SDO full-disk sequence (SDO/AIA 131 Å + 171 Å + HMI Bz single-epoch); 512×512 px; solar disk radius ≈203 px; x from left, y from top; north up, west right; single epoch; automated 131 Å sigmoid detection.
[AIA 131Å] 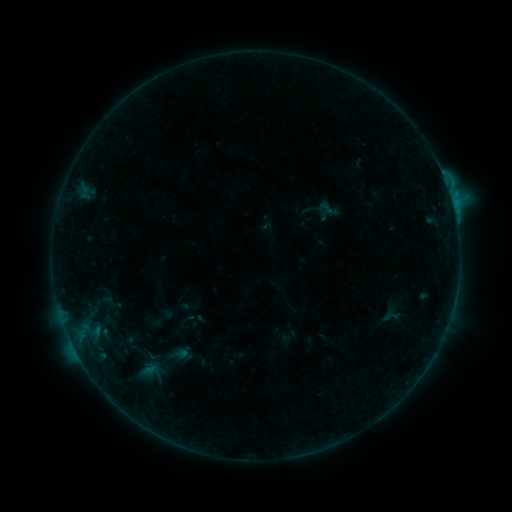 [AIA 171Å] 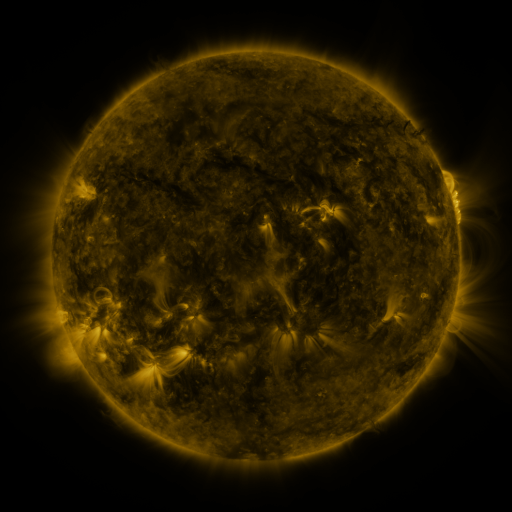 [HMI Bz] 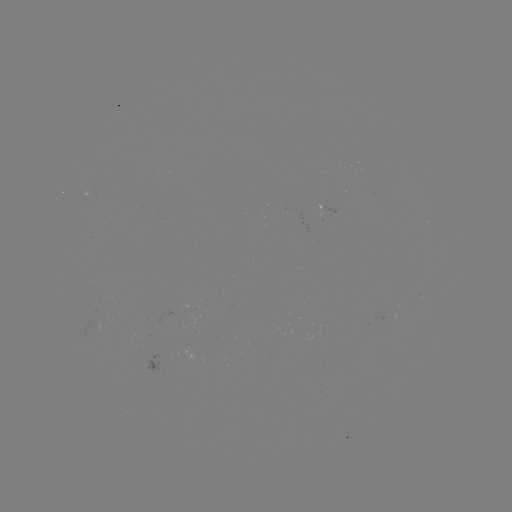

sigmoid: (382, 308, 400, 326)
